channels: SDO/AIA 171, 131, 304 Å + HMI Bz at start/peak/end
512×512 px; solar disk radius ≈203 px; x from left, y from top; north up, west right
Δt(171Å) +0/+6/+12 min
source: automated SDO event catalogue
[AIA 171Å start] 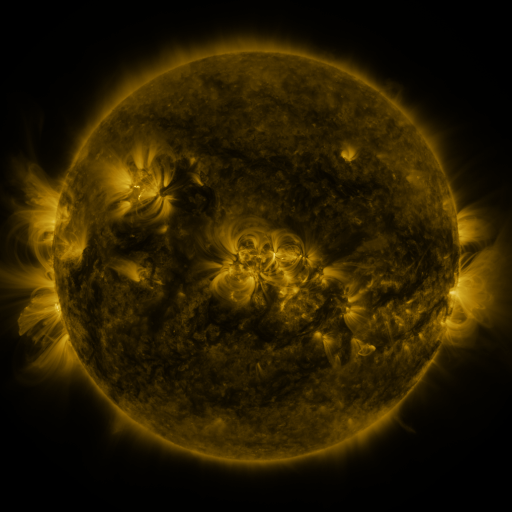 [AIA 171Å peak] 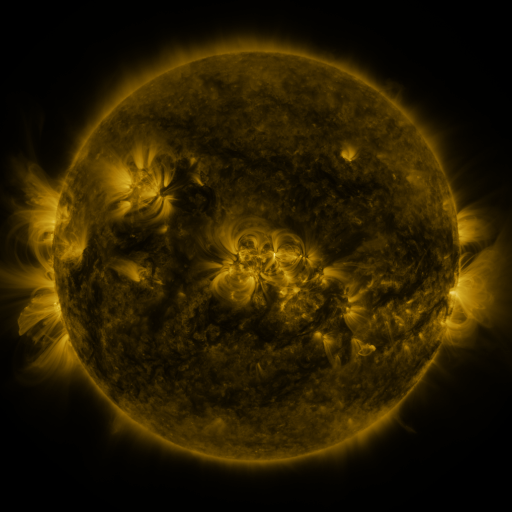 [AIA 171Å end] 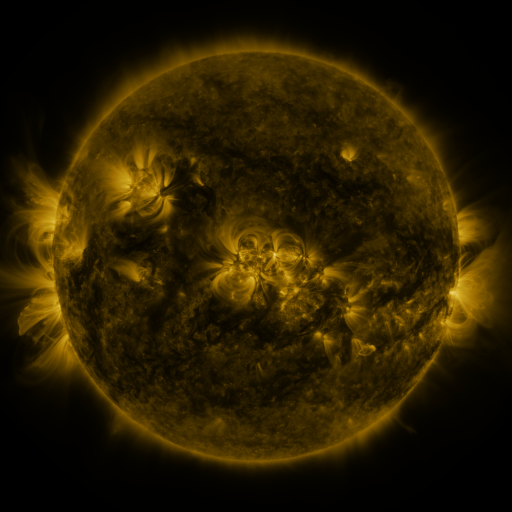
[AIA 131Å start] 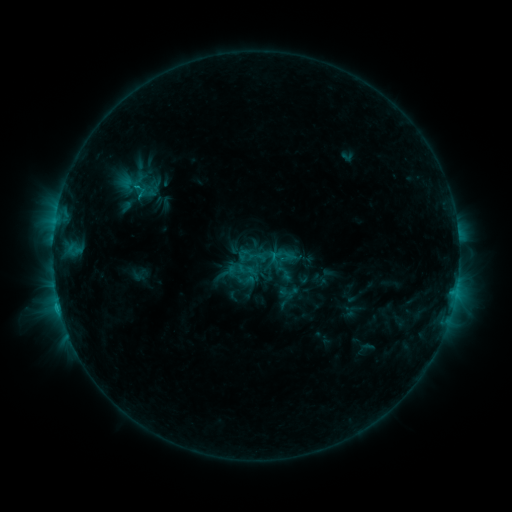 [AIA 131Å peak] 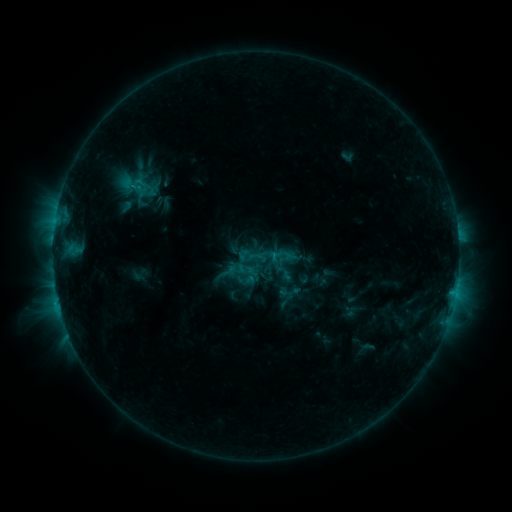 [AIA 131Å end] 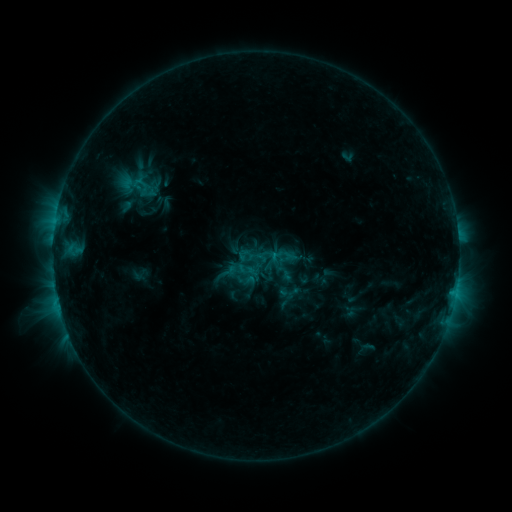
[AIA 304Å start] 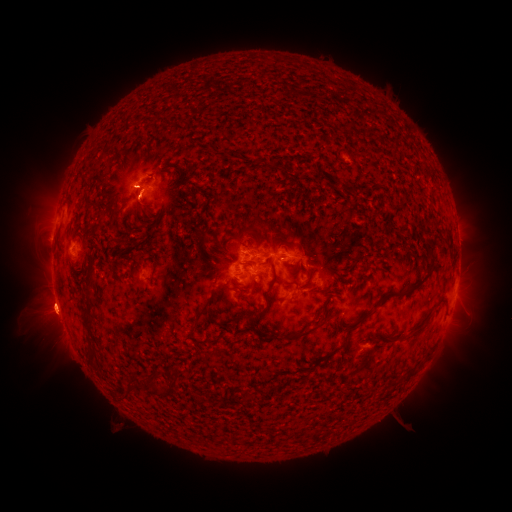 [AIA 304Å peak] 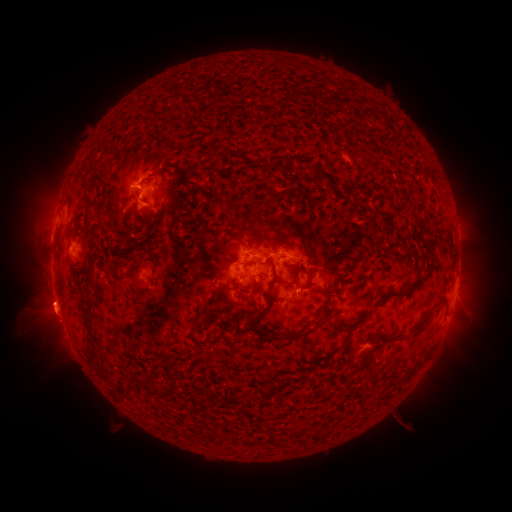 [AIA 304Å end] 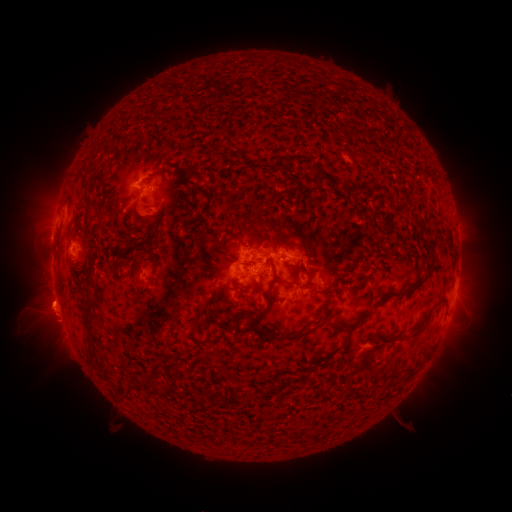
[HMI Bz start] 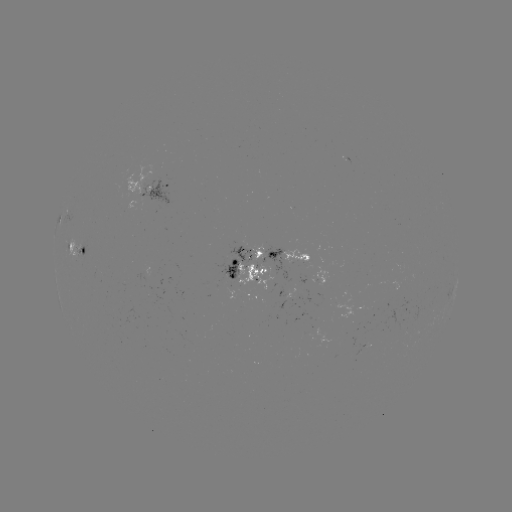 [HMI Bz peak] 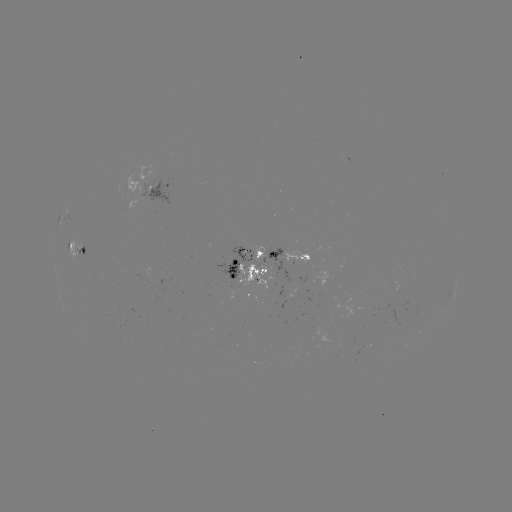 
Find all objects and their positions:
eruption: (145, 212)
